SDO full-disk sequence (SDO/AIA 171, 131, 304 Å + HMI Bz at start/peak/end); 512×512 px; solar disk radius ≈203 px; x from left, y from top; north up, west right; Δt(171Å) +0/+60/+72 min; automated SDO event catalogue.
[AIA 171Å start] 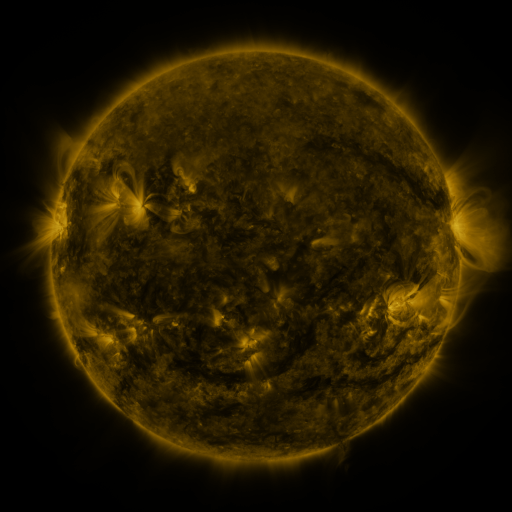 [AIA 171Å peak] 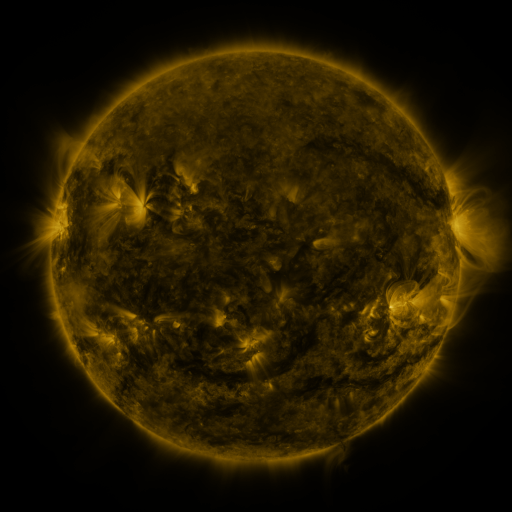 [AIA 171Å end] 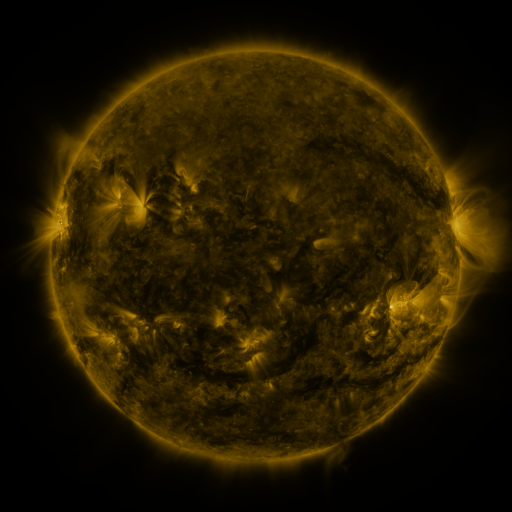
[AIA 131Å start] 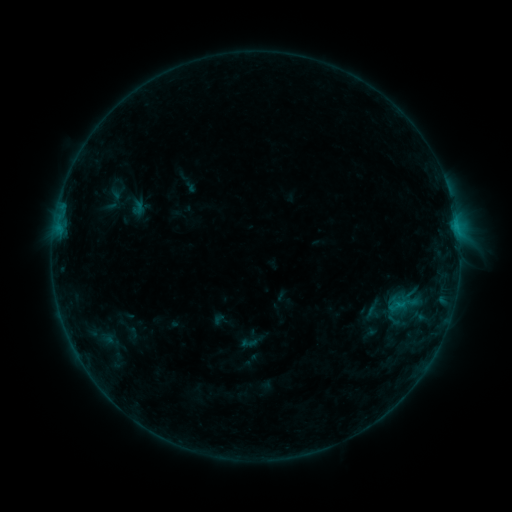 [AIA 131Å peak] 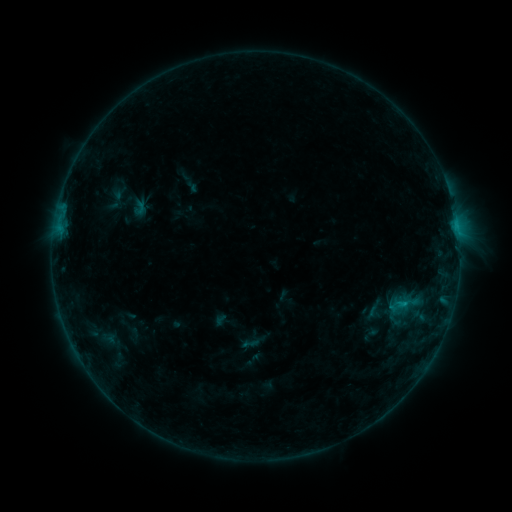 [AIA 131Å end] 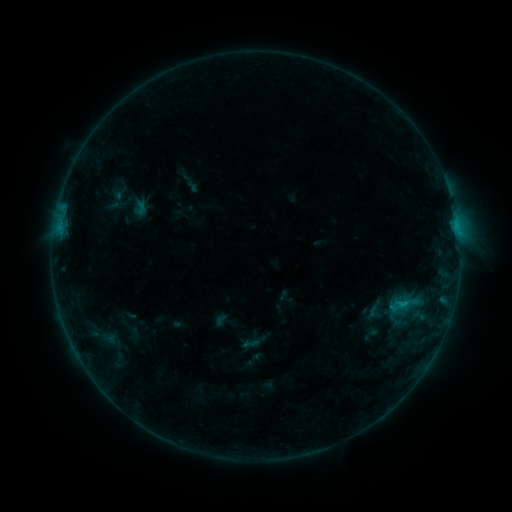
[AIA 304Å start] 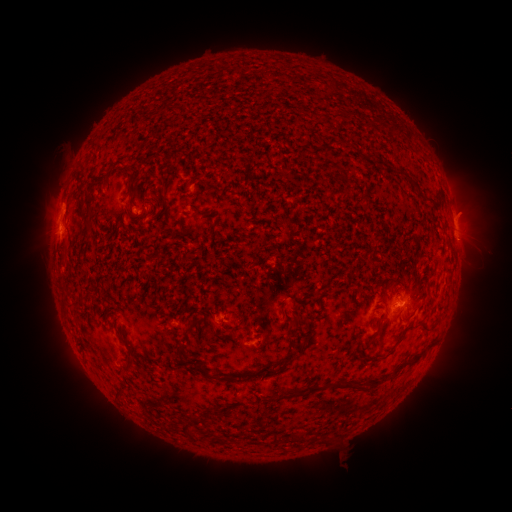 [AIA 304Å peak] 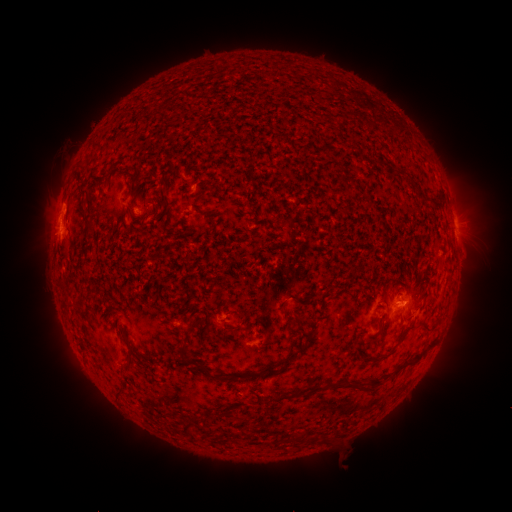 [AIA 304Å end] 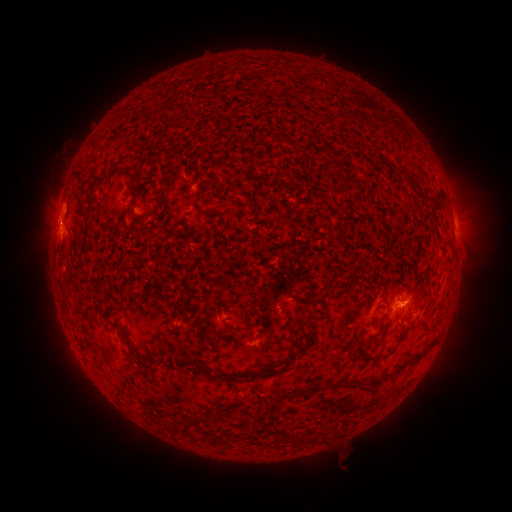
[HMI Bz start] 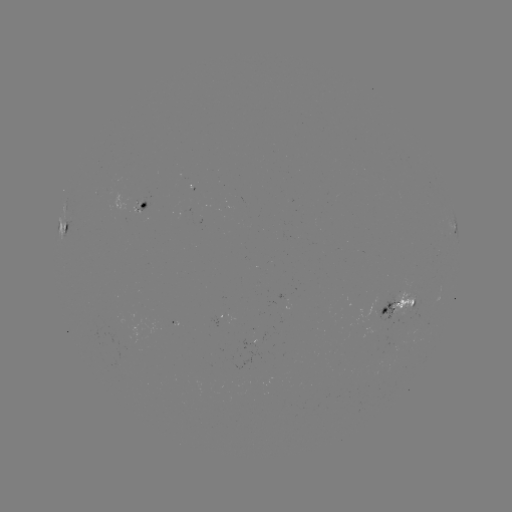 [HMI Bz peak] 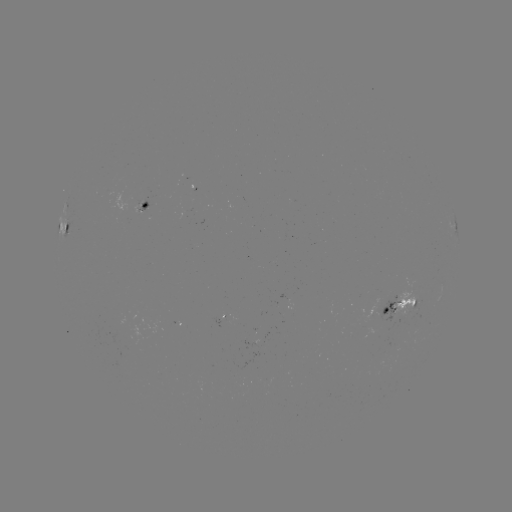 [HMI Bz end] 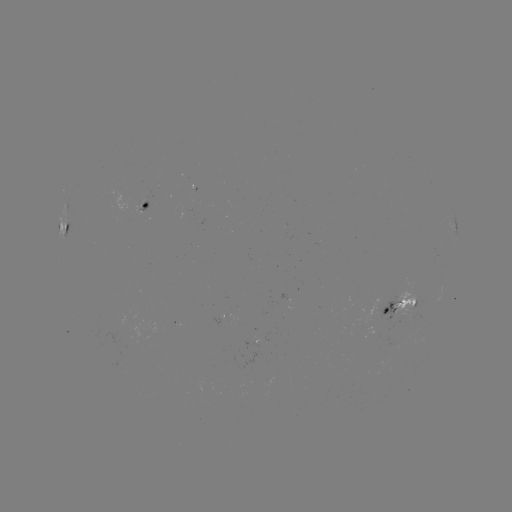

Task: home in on emerging-flux region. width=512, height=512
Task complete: (142, 205).